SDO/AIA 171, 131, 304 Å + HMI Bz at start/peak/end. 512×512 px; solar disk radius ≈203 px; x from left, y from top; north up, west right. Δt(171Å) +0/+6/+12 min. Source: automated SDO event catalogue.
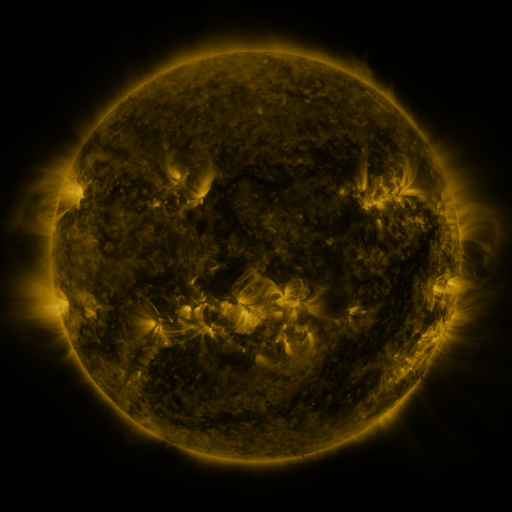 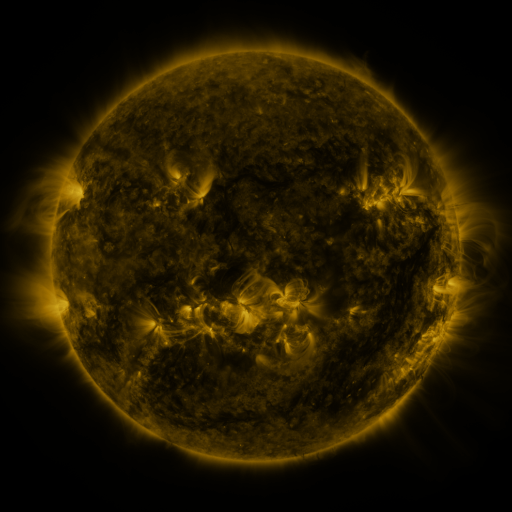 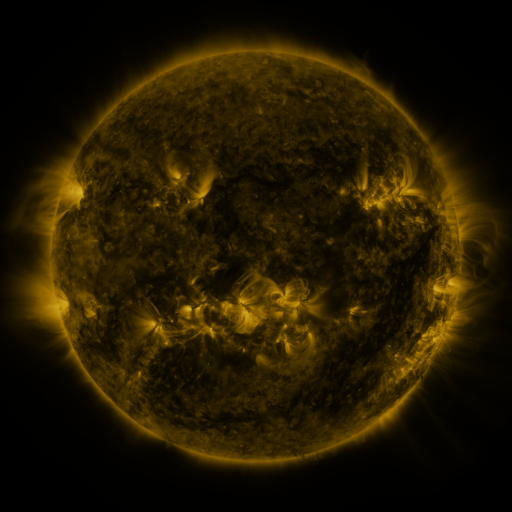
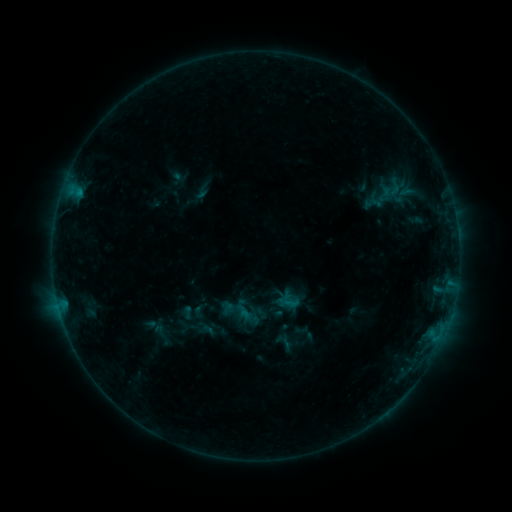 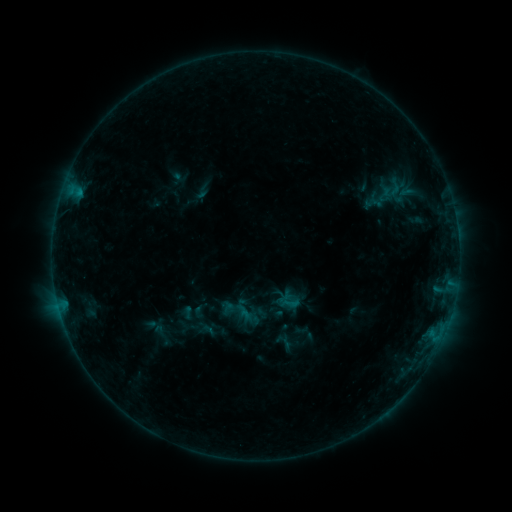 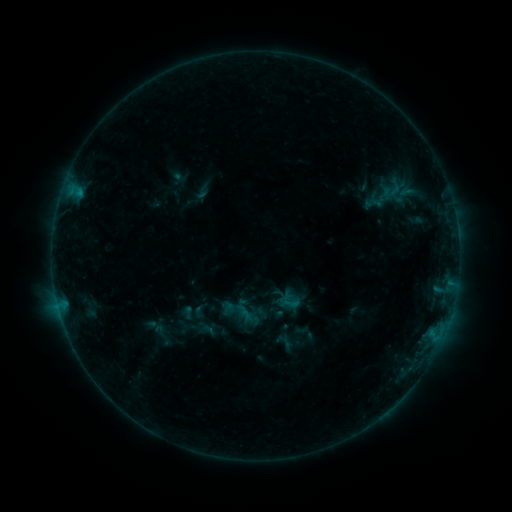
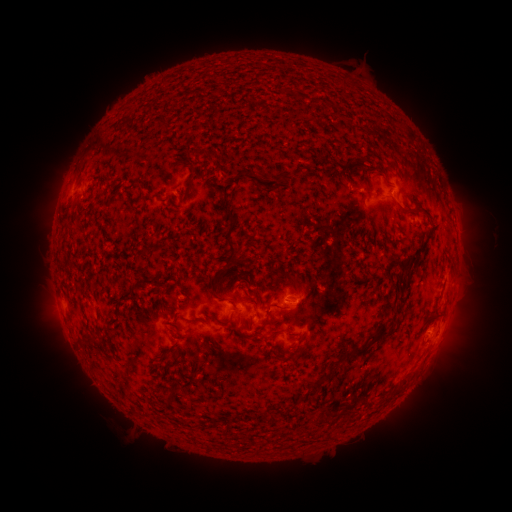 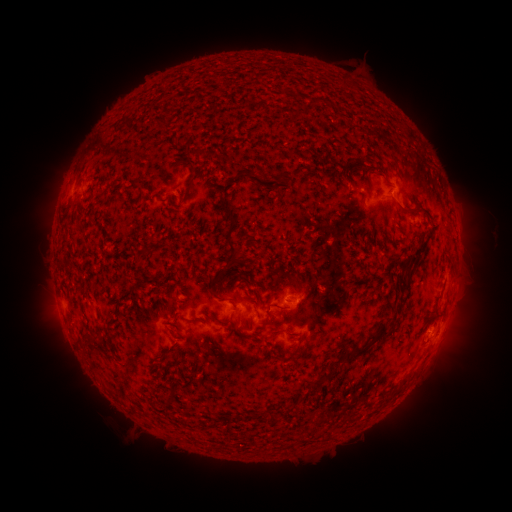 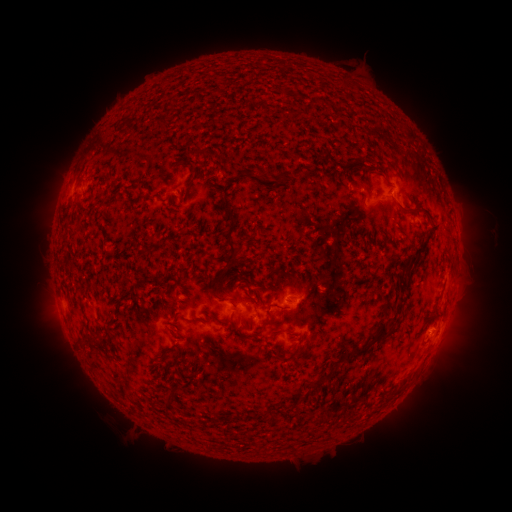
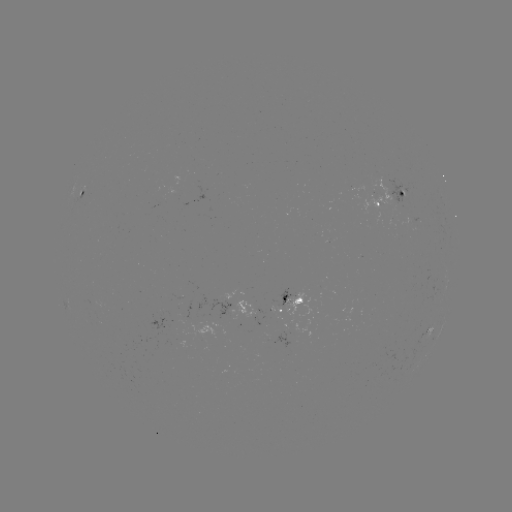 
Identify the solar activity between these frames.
nothing was catalogued: no classed flare, no EUV trigger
